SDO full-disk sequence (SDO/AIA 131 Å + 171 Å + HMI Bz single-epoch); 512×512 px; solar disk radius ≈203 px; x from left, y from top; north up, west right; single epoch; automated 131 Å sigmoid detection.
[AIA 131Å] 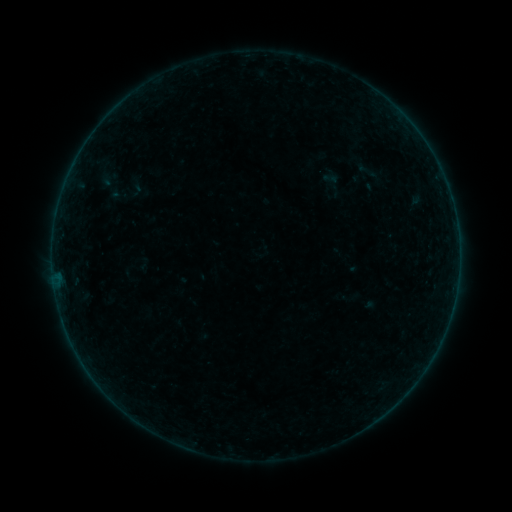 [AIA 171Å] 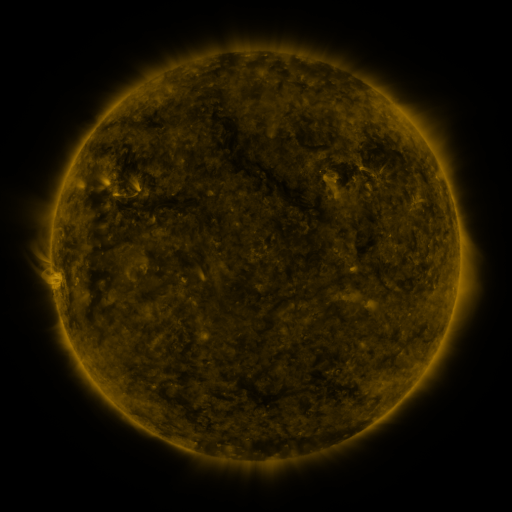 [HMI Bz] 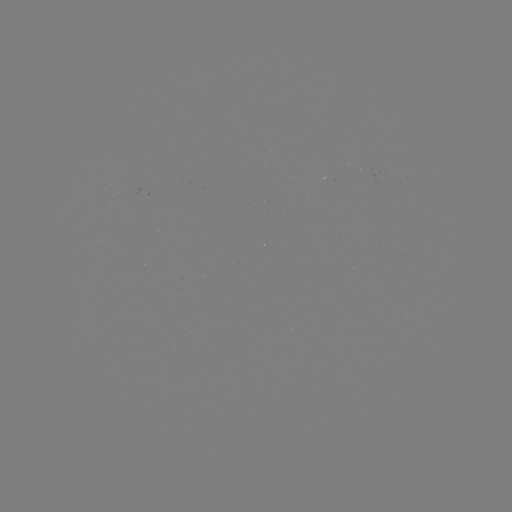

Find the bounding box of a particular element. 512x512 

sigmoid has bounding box [108, 184, 131, 207].